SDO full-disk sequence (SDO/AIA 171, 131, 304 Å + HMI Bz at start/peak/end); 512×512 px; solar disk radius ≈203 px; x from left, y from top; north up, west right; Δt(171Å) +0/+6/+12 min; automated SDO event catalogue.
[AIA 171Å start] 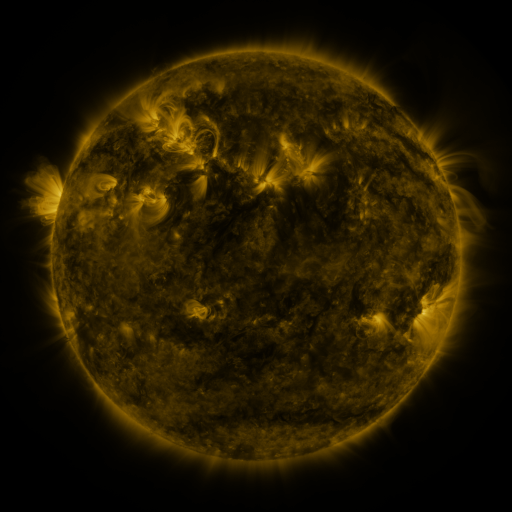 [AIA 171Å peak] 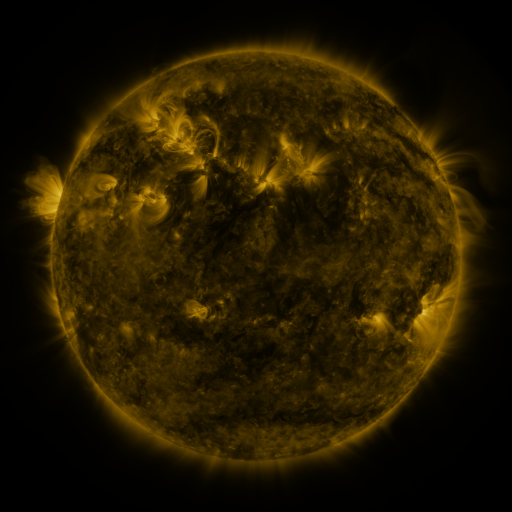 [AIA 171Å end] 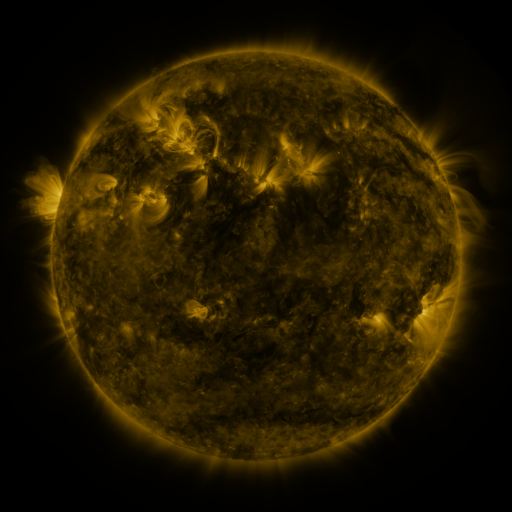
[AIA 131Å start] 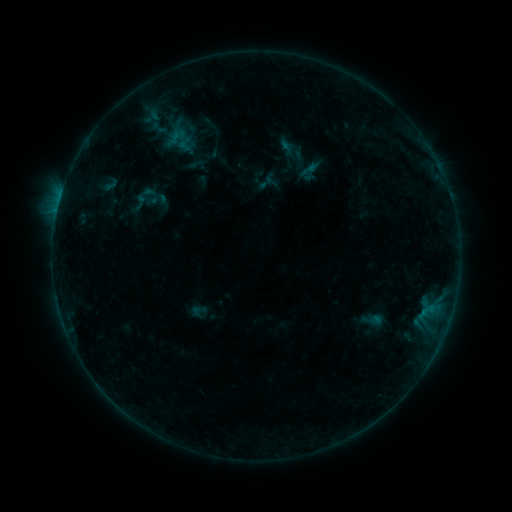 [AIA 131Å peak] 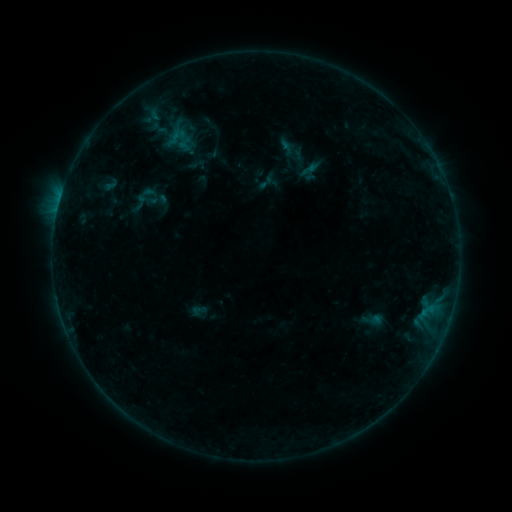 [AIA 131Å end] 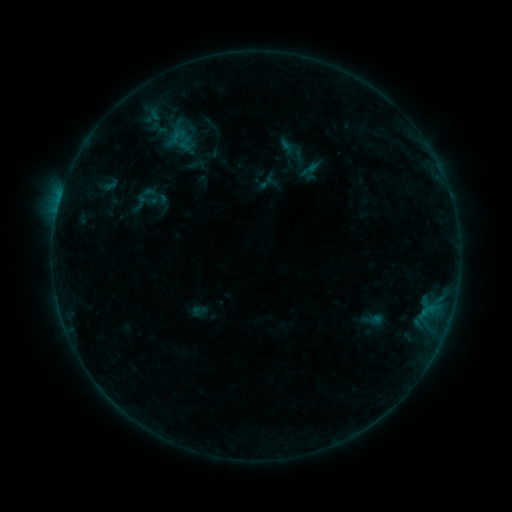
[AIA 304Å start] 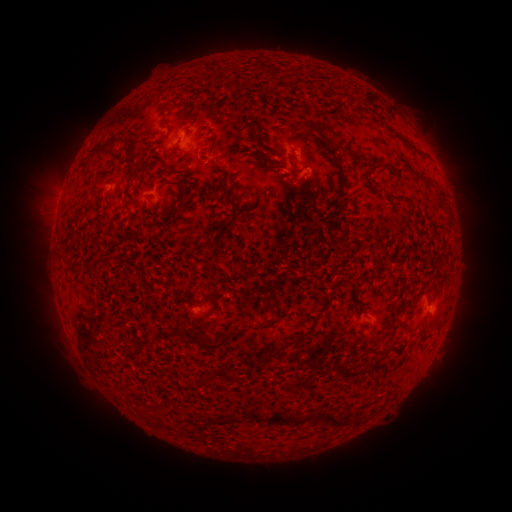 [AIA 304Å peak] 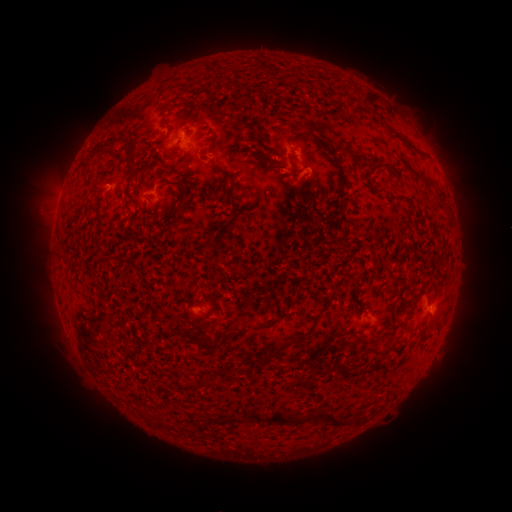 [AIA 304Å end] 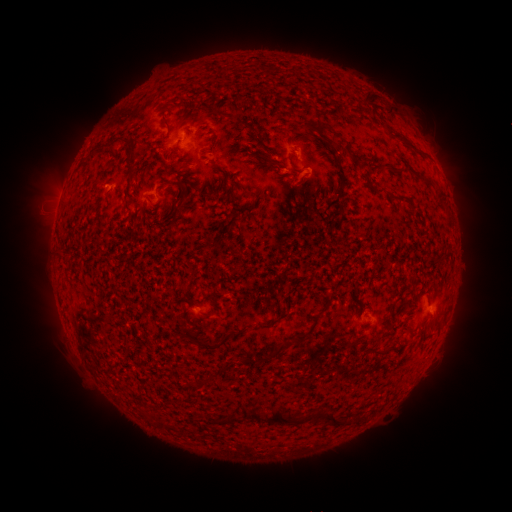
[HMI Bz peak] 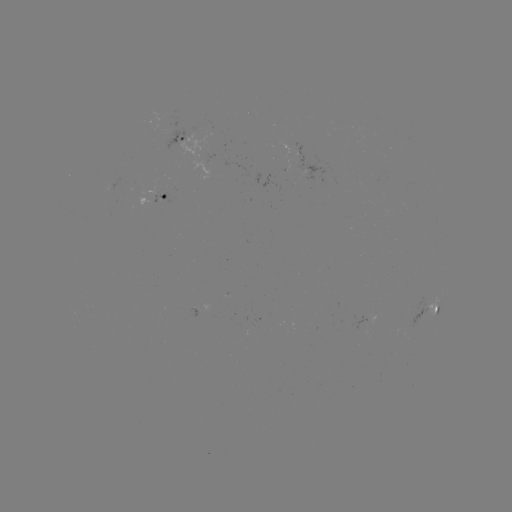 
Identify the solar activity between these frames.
no catalogued flare and no flagged EUV brightening in this window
